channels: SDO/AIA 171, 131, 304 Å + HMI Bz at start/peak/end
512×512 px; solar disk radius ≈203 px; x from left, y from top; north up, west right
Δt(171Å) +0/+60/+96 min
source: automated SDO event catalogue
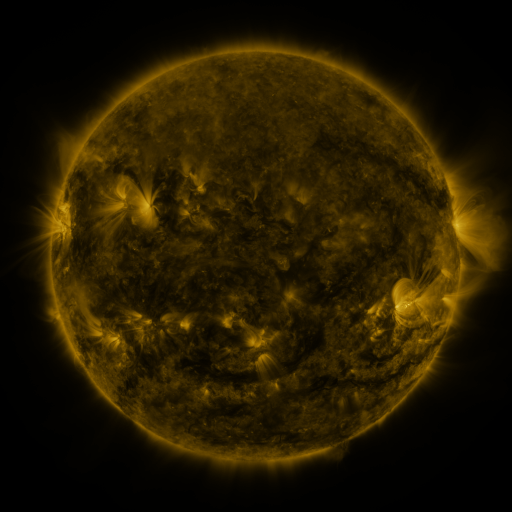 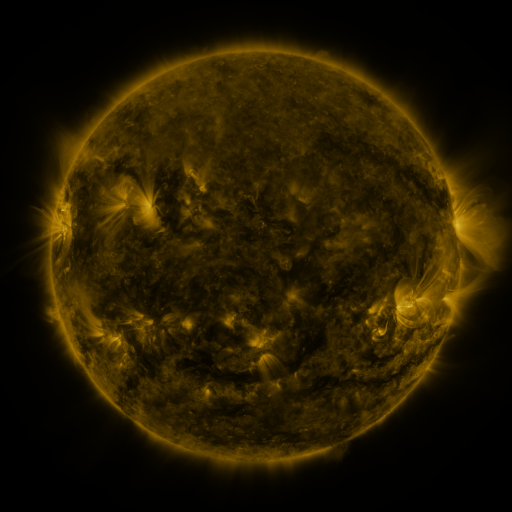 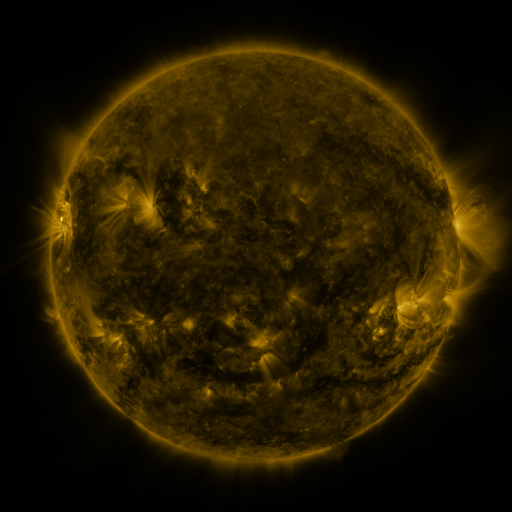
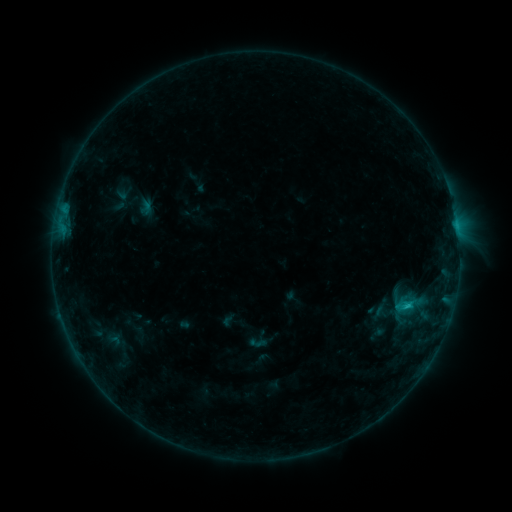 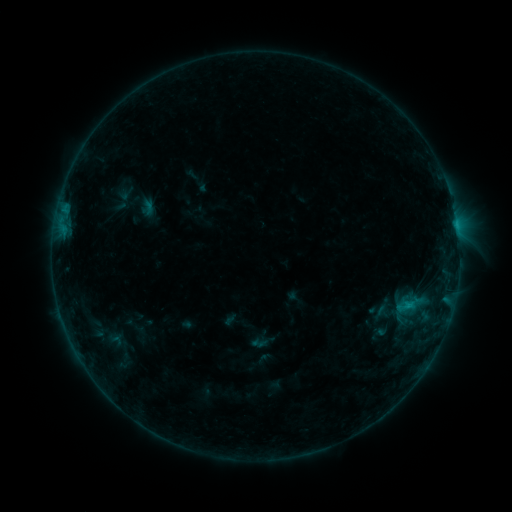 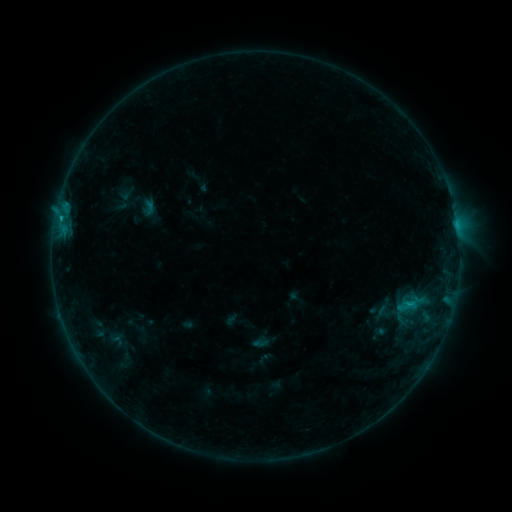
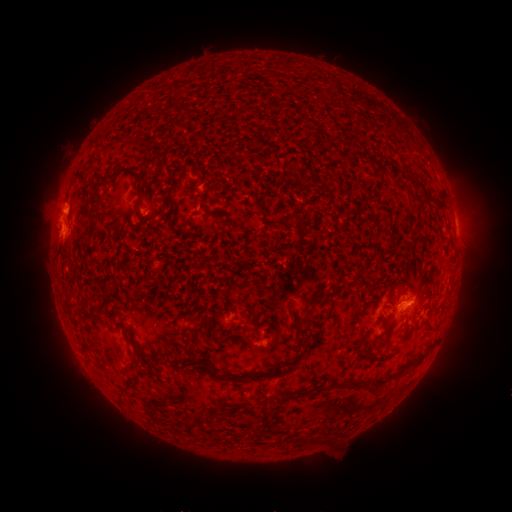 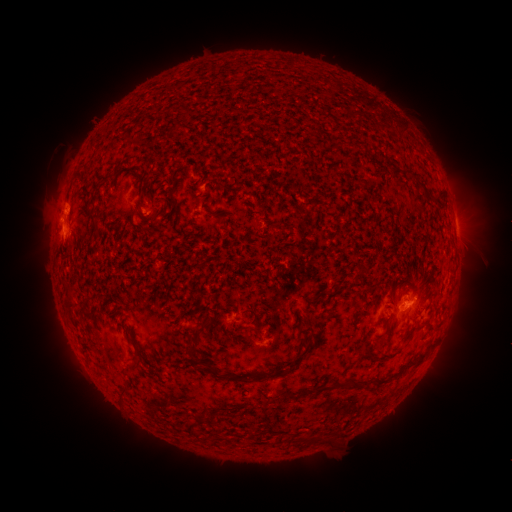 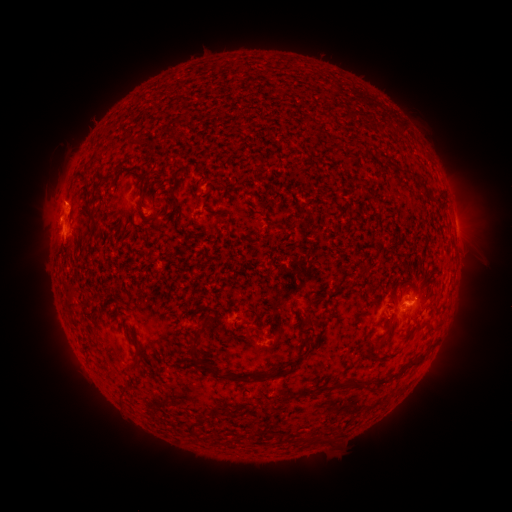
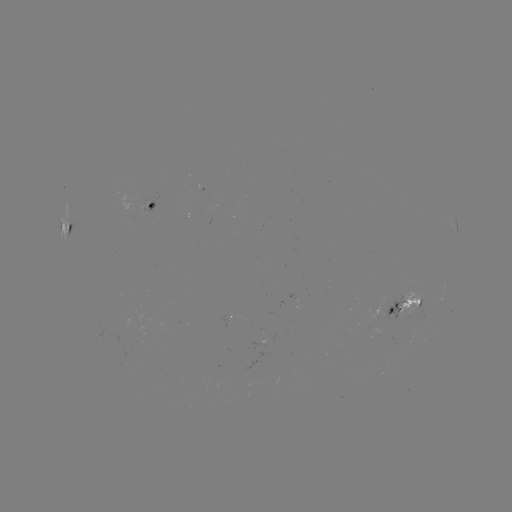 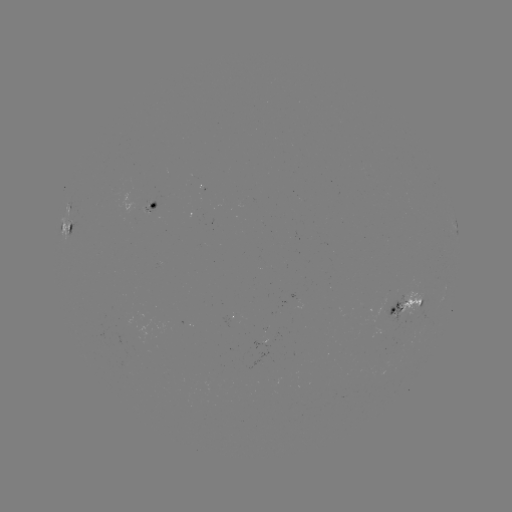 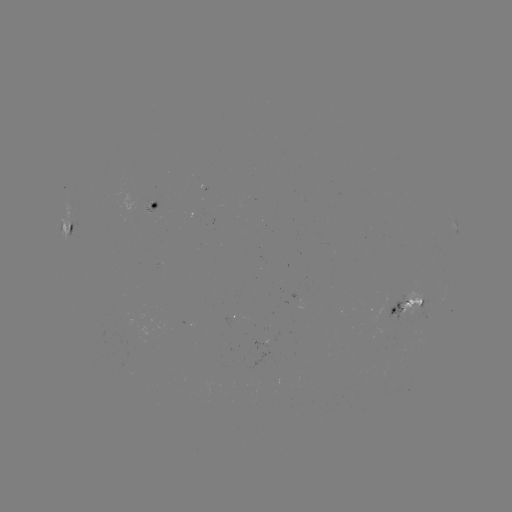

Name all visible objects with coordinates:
emerging-flux region: (263, 347)
